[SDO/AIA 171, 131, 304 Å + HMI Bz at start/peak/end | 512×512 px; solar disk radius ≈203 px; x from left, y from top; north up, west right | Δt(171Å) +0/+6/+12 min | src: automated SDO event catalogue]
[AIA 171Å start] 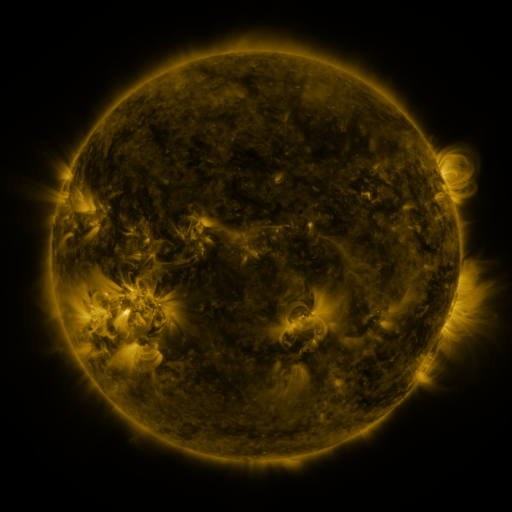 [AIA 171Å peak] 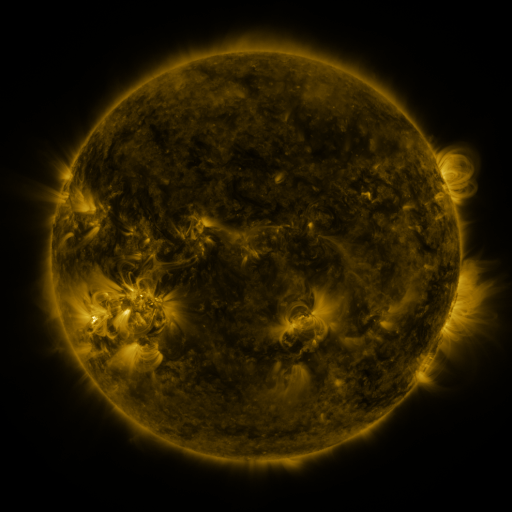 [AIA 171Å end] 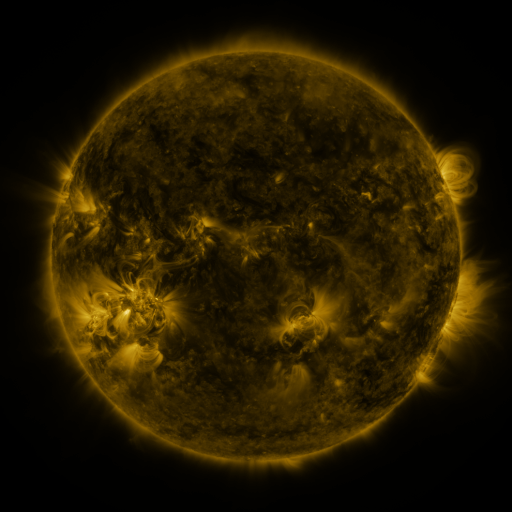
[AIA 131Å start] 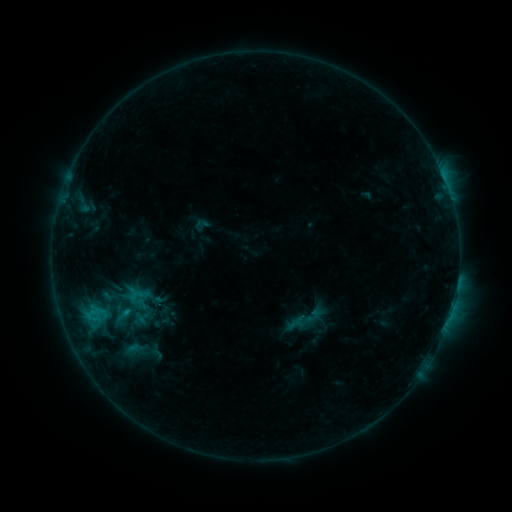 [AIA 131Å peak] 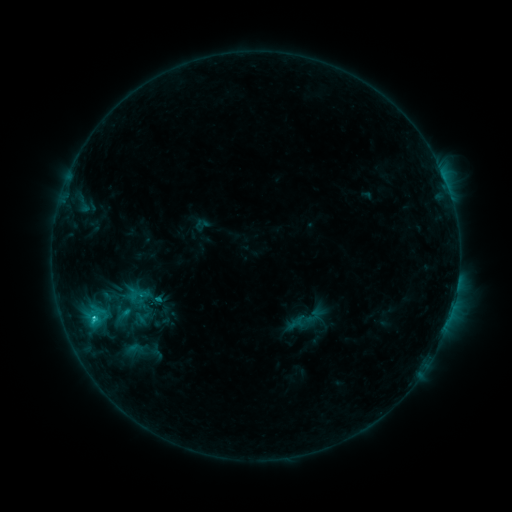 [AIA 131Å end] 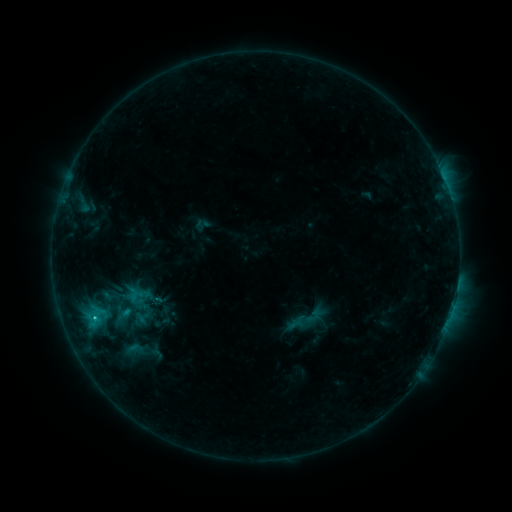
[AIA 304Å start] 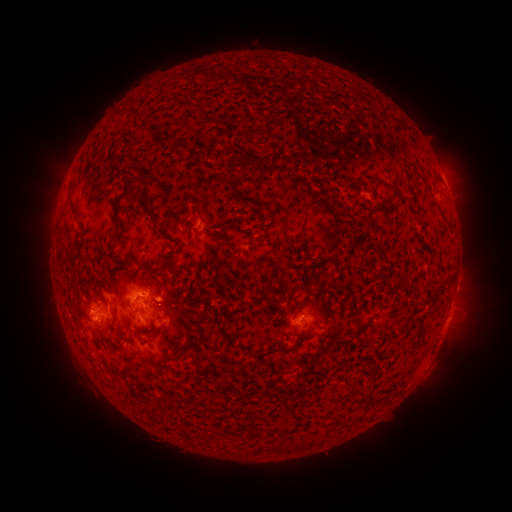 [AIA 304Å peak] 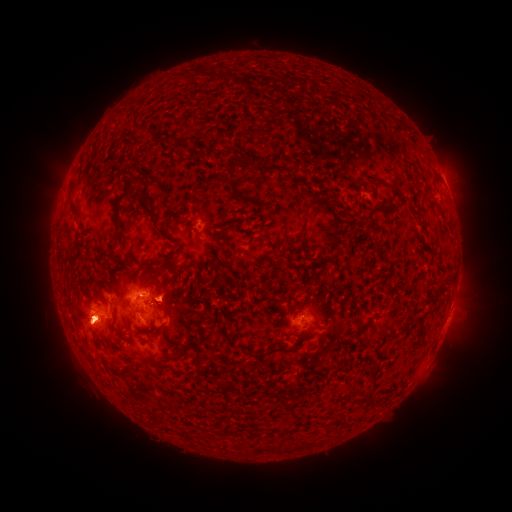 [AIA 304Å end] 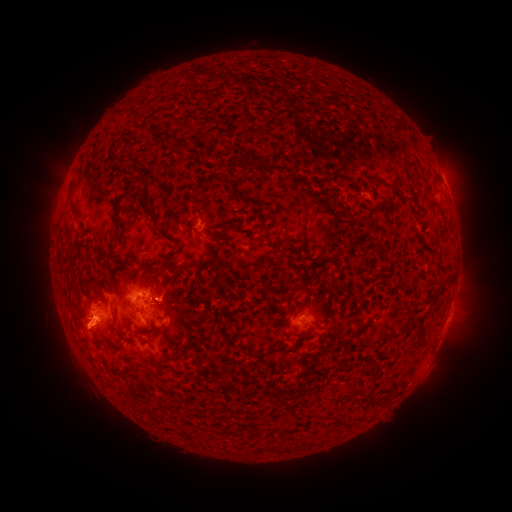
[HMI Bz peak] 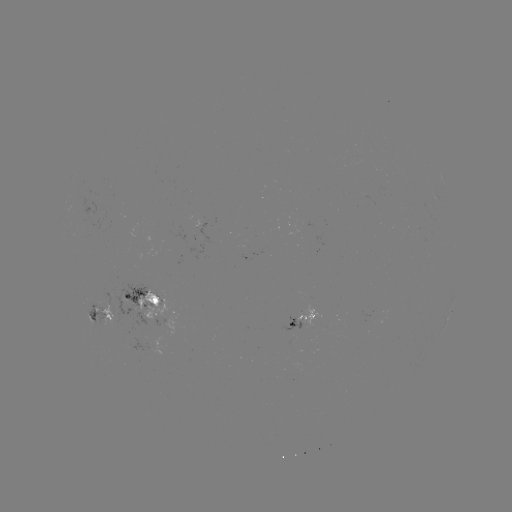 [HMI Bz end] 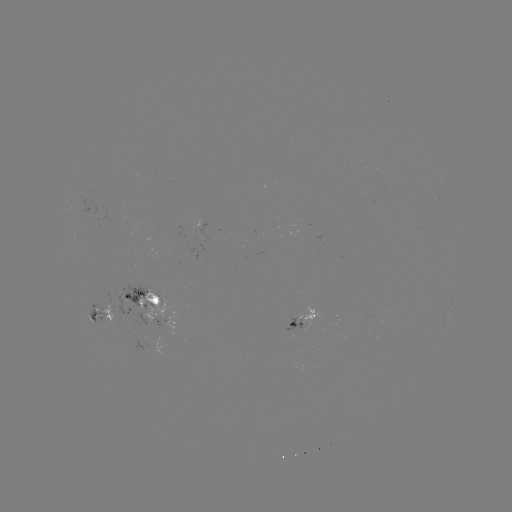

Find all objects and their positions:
C1.5 flare: (94, 315)
